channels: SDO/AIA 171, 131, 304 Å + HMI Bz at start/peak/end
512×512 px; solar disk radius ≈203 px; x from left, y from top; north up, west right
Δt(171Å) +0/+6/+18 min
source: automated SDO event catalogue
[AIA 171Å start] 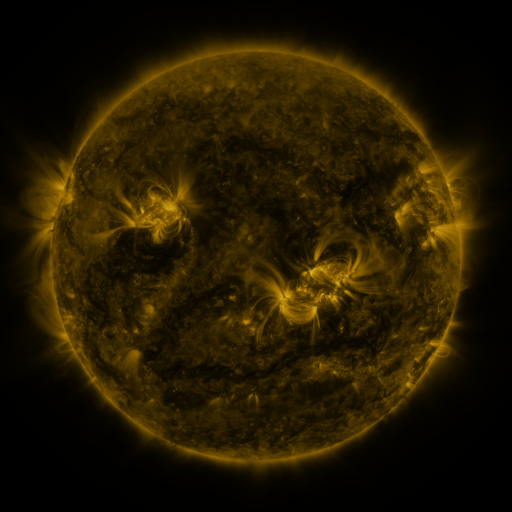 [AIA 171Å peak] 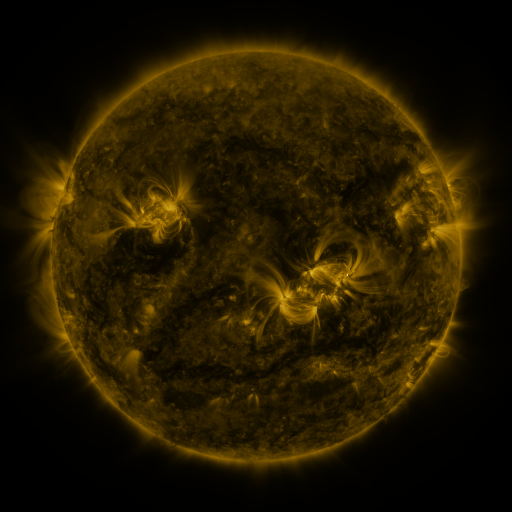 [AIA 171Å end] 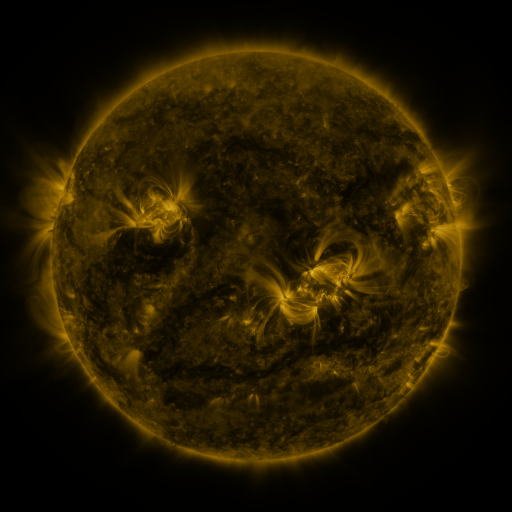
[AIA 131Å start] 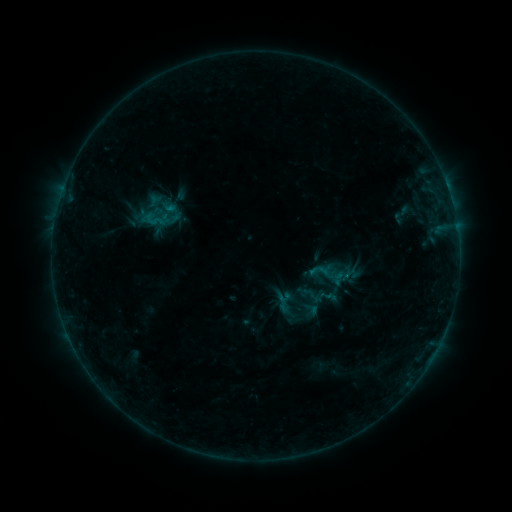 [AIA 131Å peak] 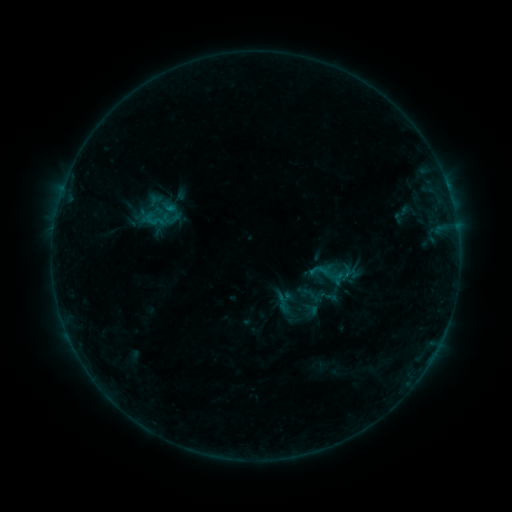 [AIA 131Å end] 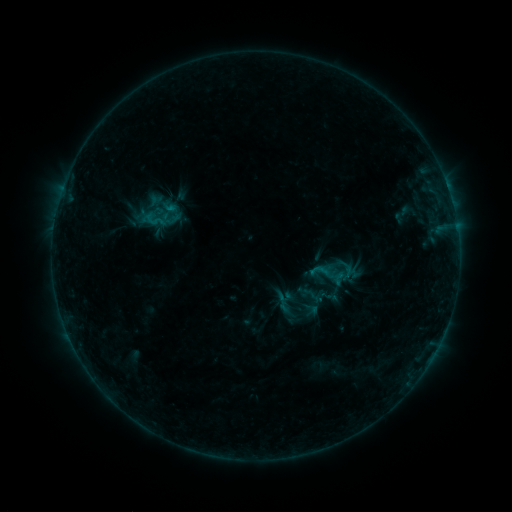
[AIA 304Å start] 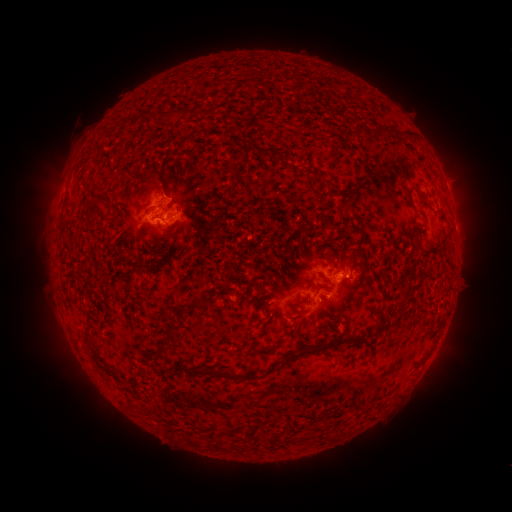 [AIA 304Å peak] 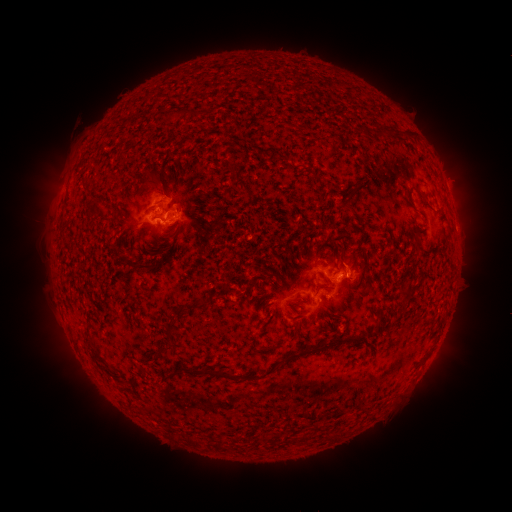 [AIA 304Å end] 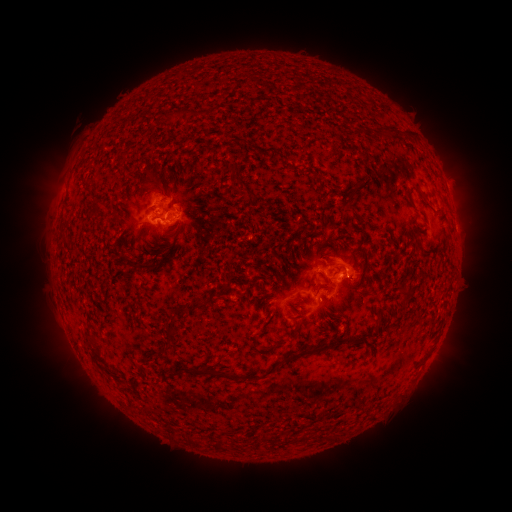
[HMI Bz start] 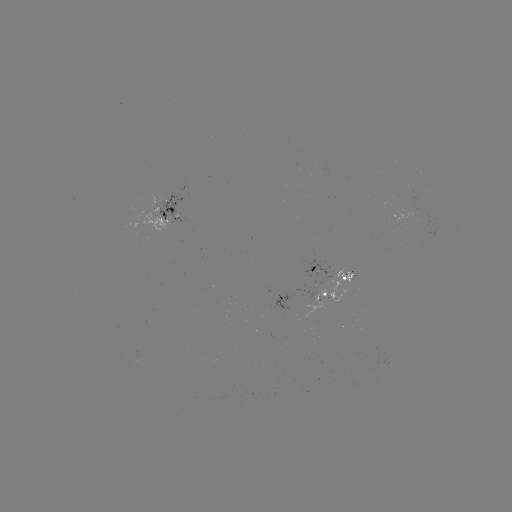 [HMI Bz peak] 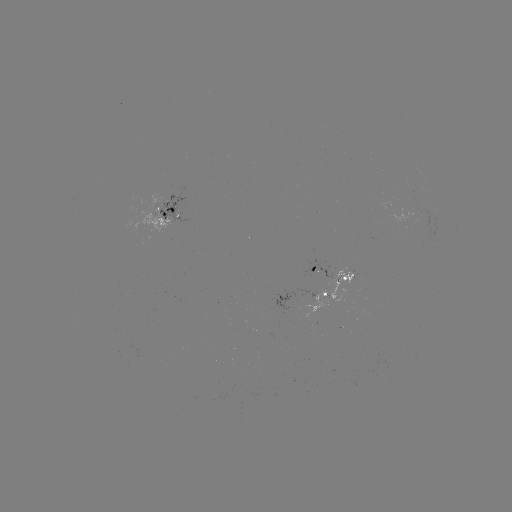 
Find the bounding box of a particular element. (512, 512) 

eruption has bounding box [278, 233, 386, 318].